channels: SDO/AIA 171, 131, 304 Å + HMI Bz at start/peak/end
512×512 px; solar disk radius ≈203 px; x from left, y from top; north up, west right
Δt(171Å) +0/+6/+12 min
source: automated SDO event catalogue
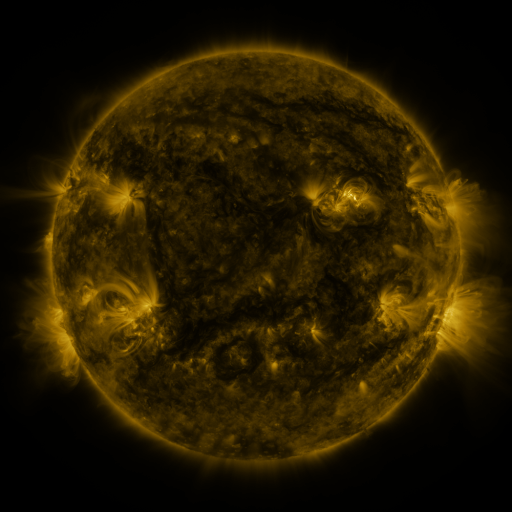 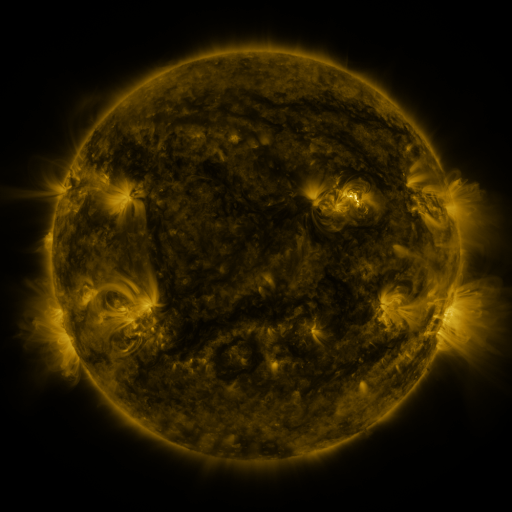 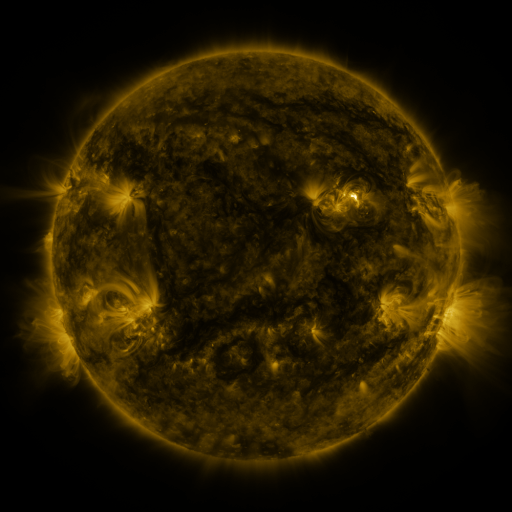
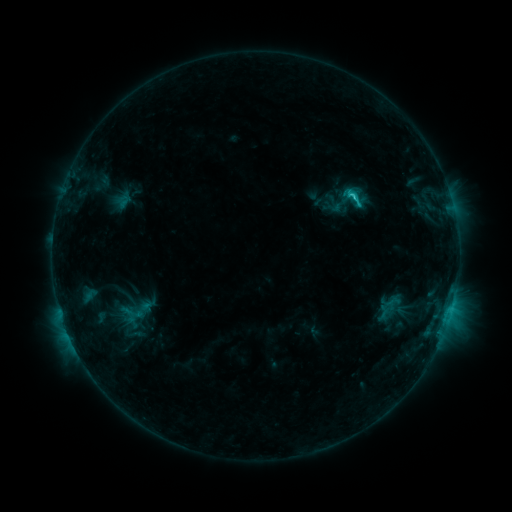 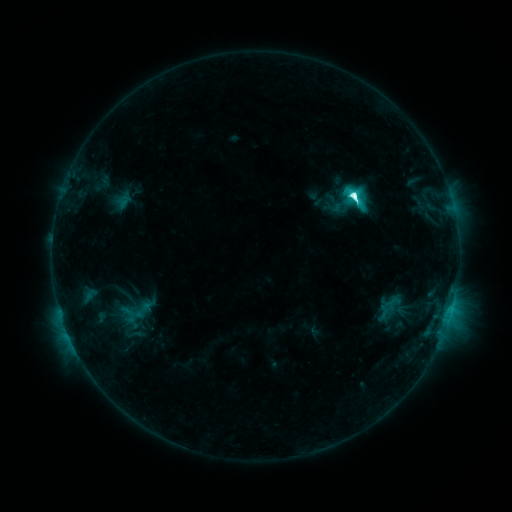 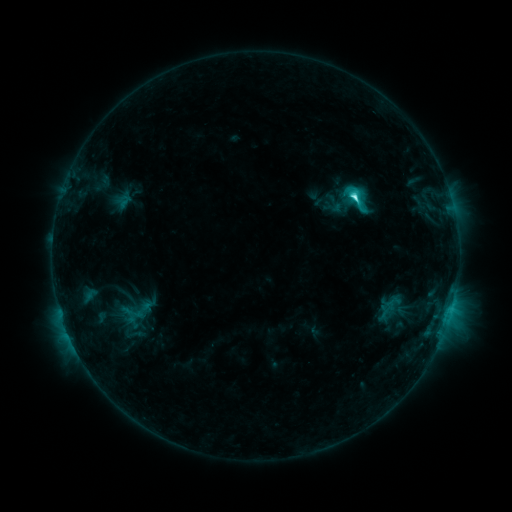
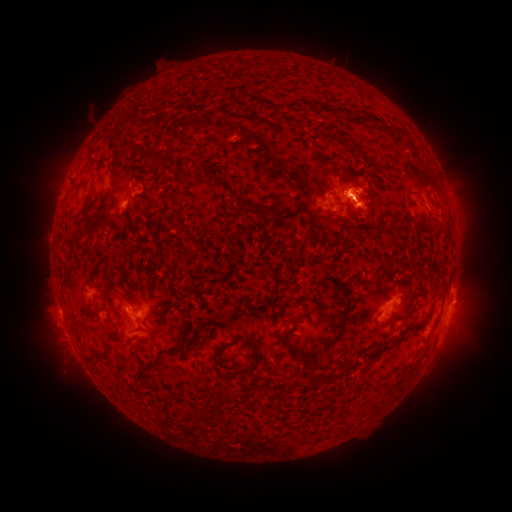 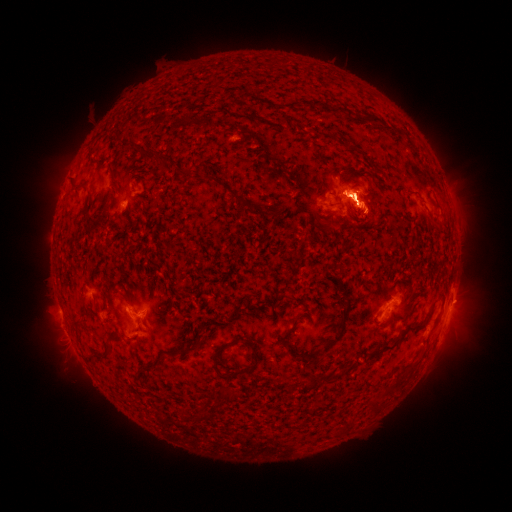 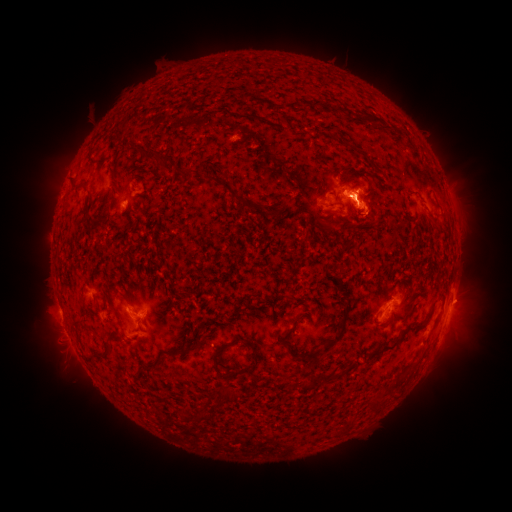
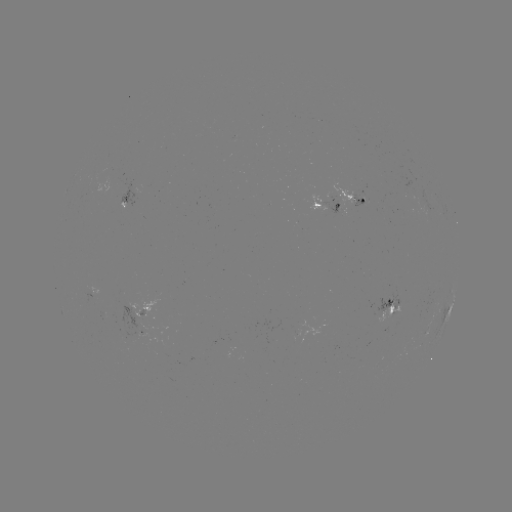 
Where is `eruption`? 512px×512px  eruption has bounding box [424, 158, 480, 245].